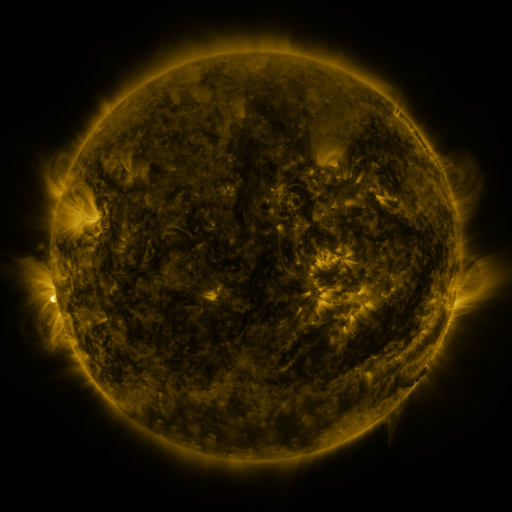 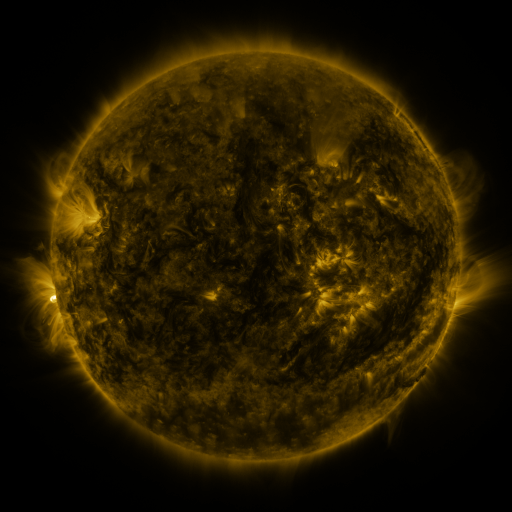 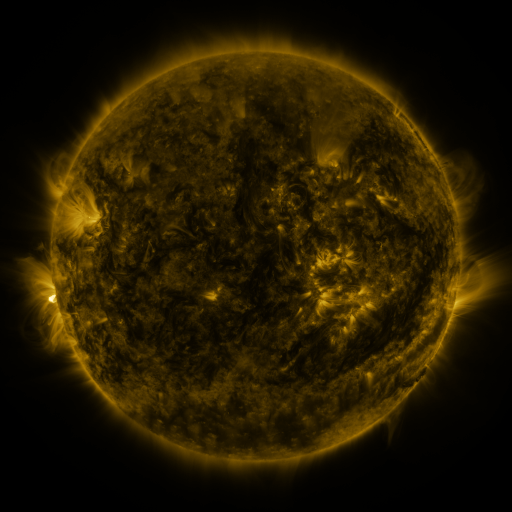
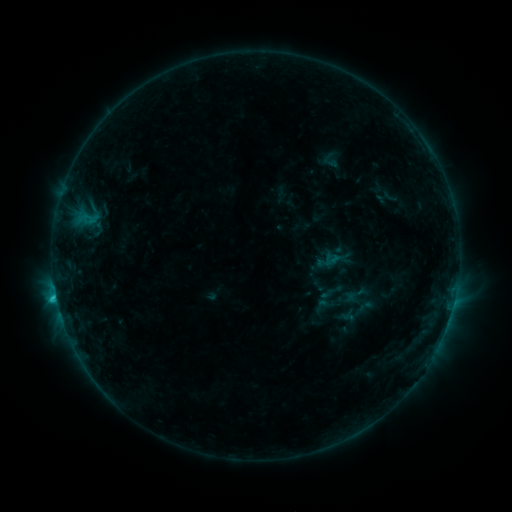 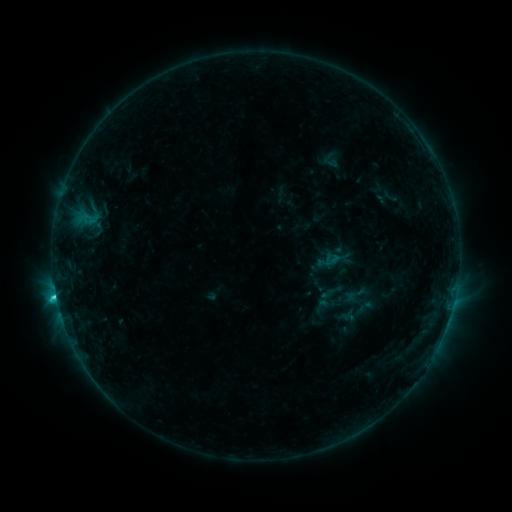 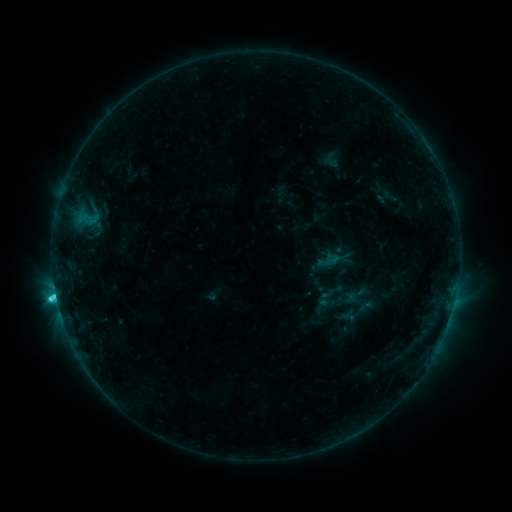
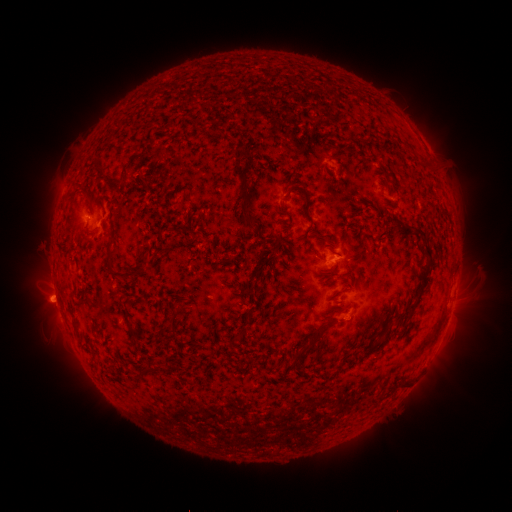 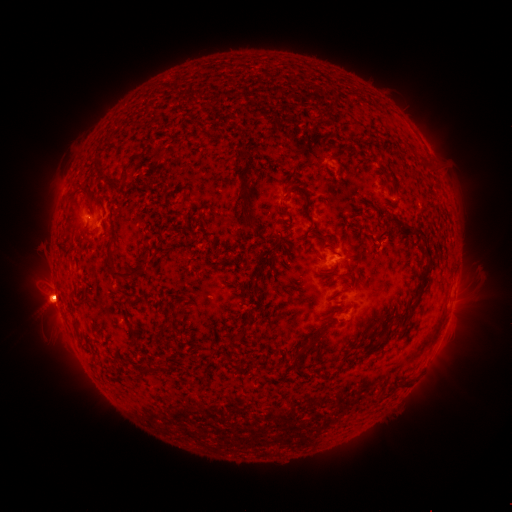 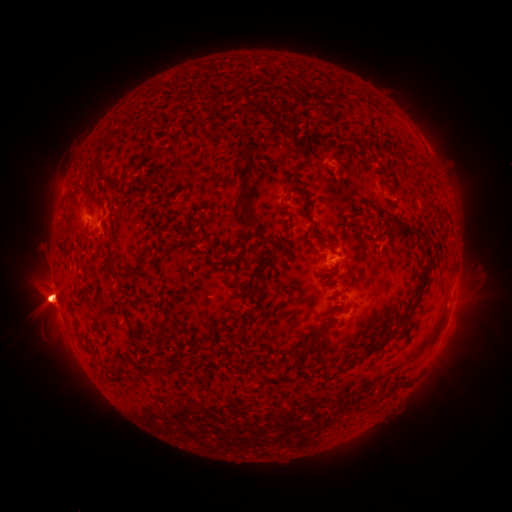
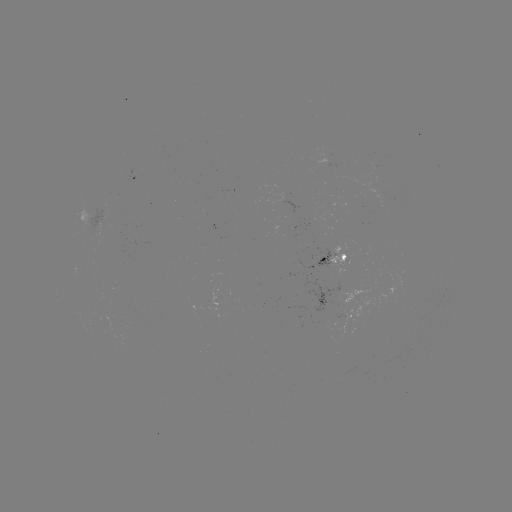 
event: eruption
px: (45, 292)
